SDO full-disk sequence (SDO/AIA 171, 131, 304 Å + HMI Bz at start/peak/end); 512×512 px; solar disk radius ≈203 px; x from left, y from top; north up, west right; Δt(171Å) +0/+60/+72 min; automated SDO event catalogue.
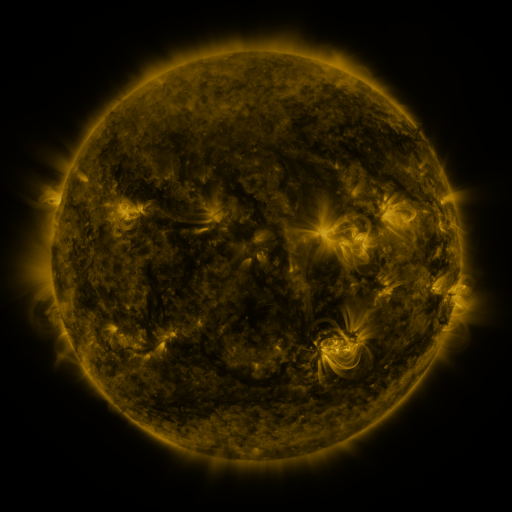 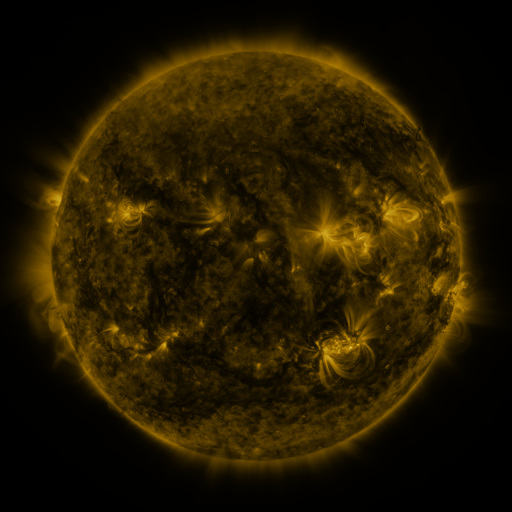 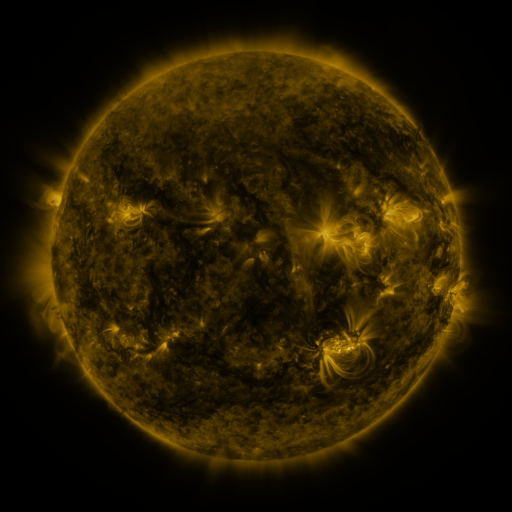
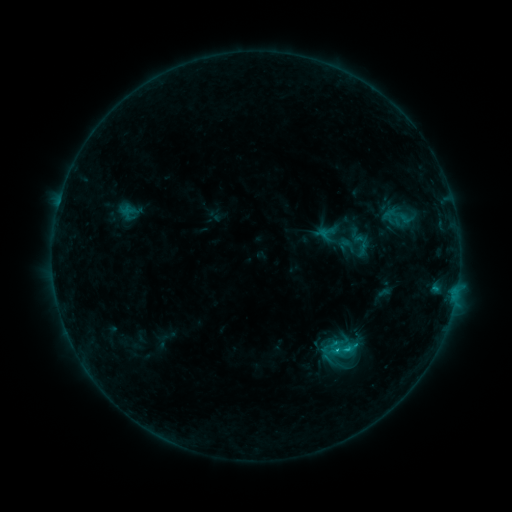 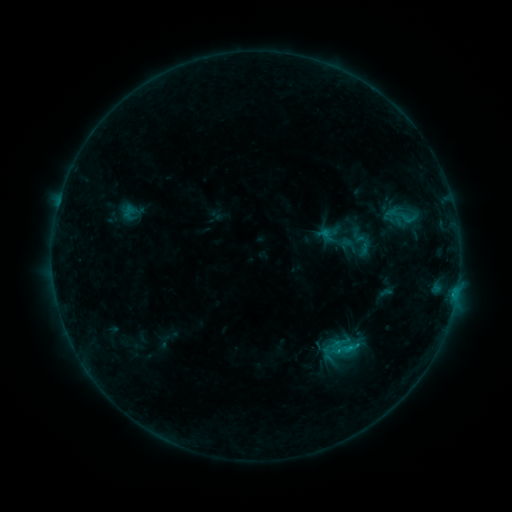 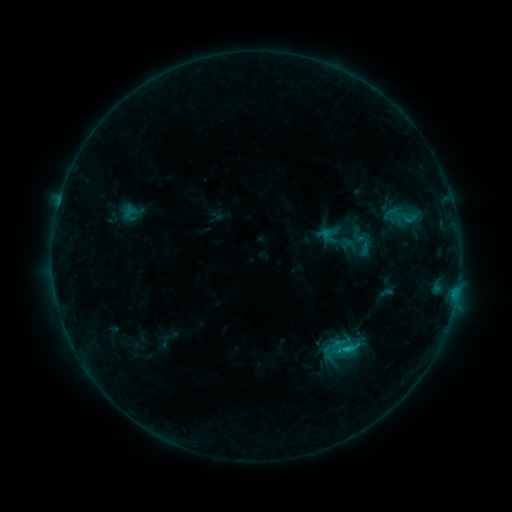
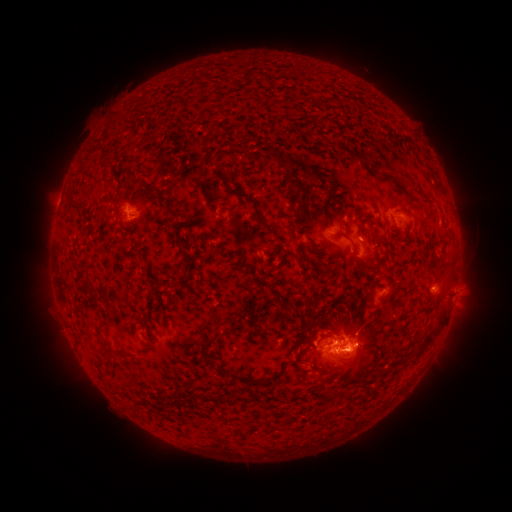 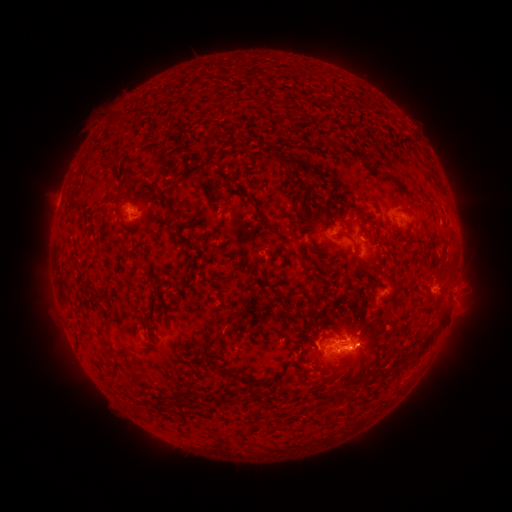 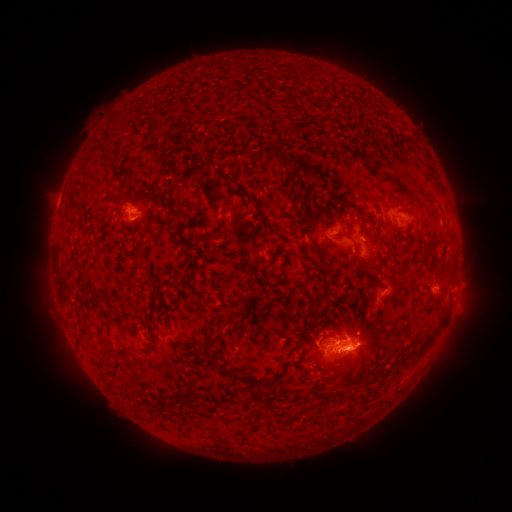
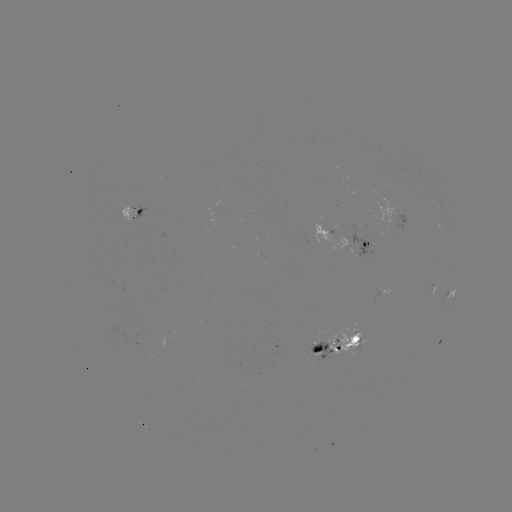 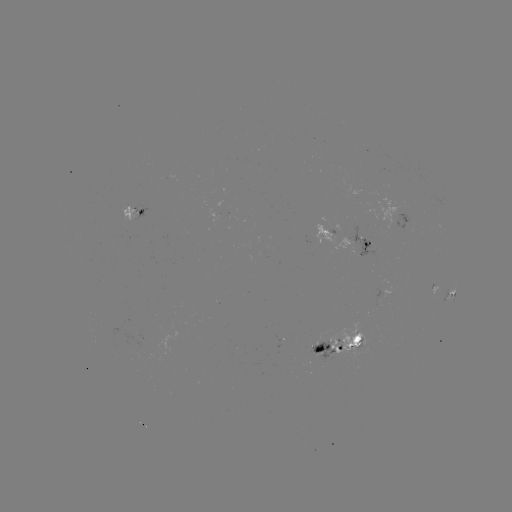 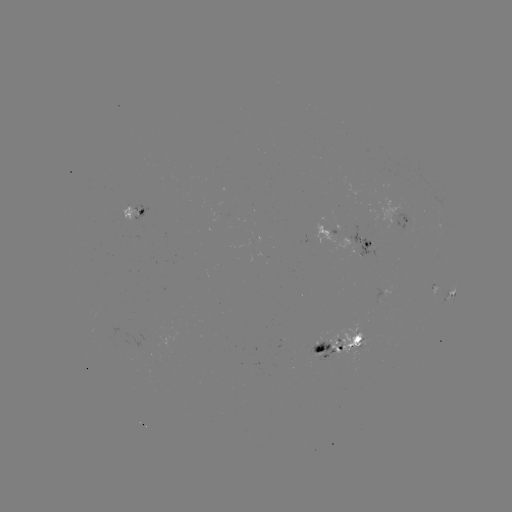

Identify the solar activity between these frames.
emerging-flux region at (321, 343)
